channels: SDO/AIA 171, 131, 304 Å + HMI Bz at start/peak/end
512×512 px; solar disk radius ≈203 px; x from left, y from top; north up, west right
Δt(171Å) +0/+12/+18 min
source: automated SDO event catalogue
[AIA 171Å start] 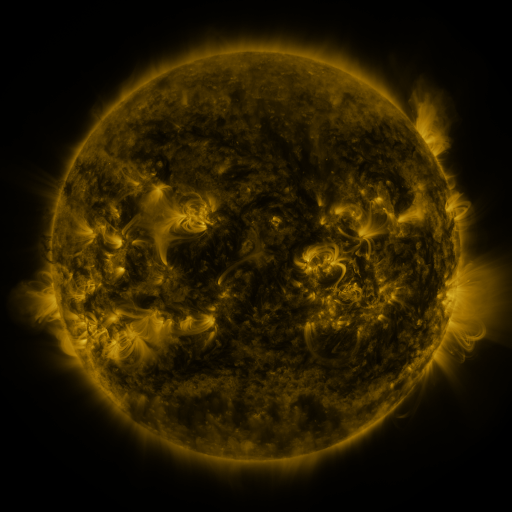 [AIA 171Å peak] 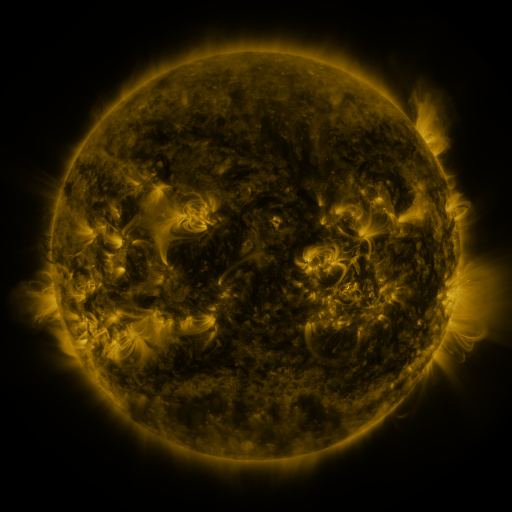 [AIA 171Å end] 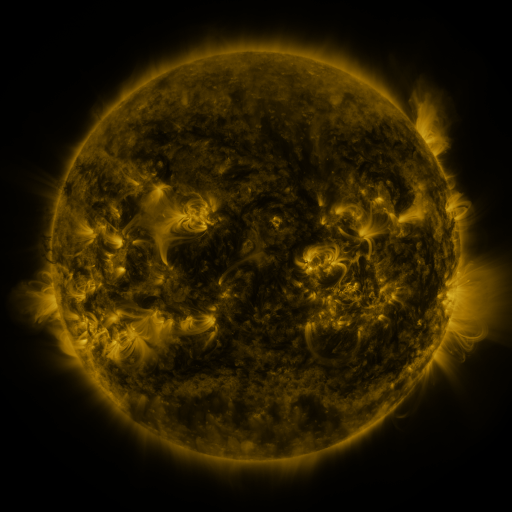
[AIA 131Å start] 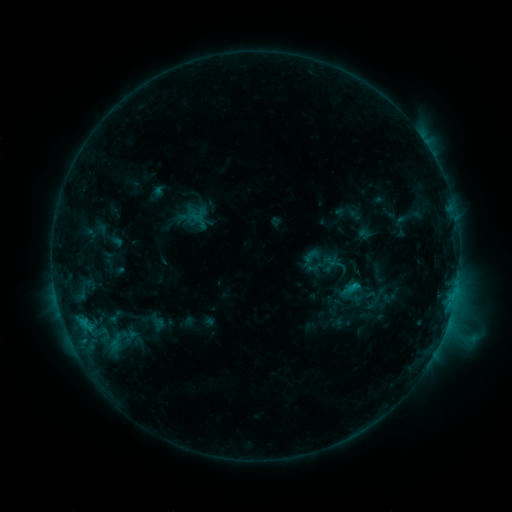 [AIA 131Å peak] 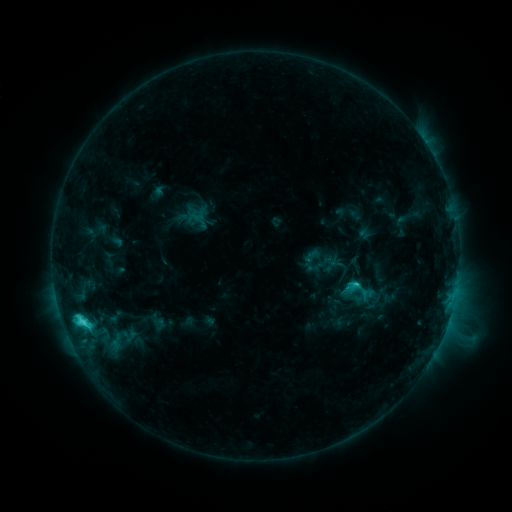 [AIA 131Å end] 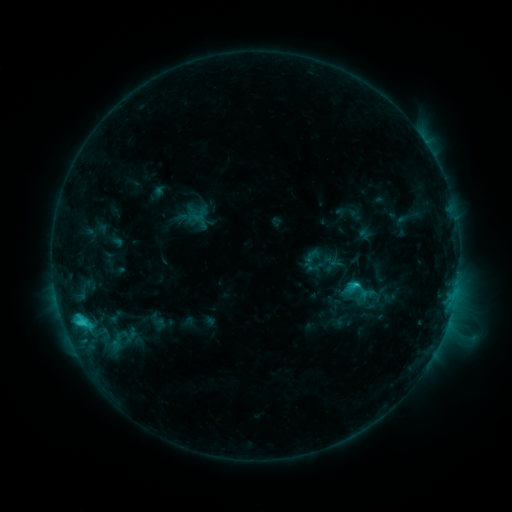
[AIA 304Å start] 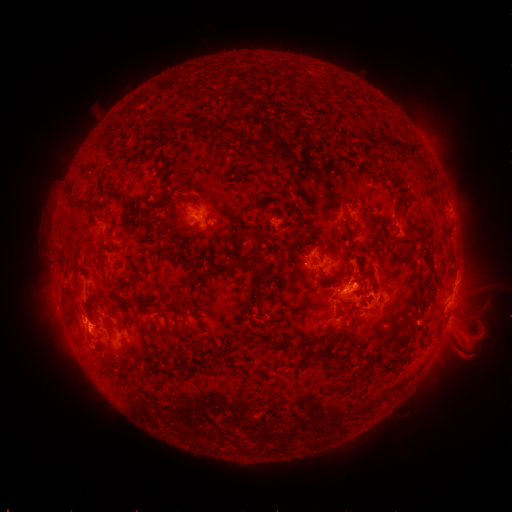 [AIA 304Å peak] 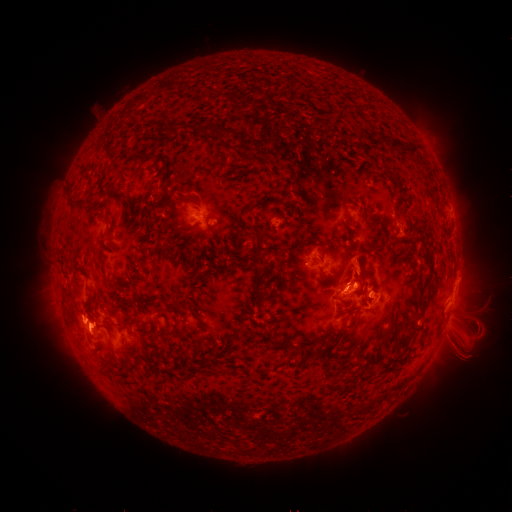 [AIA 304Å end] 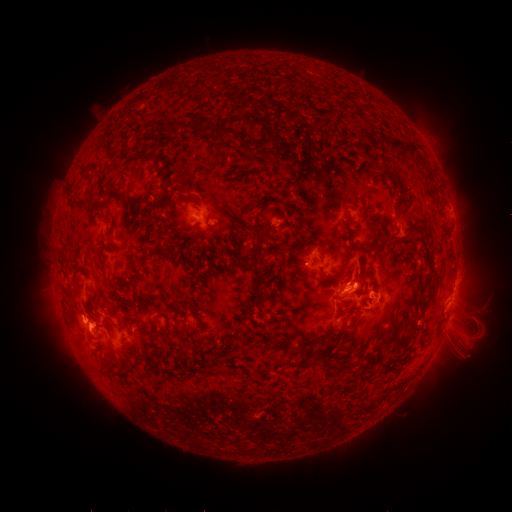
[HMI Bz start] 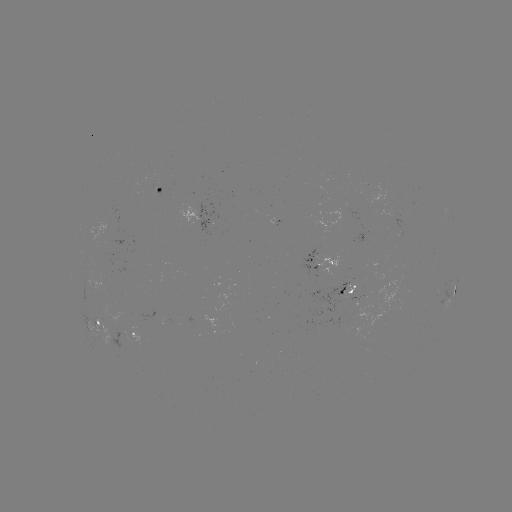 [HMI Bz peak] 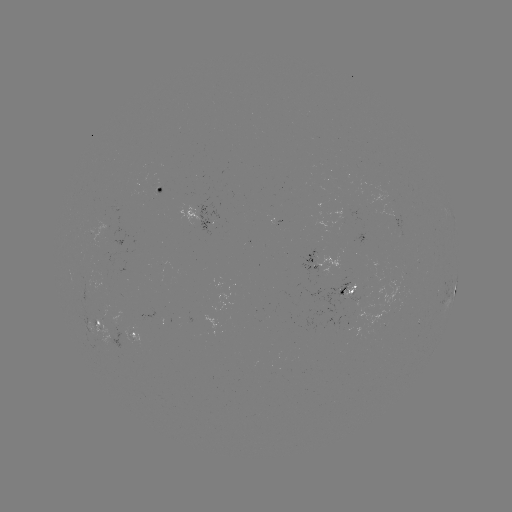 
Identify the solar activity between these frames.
C4.3 flare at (82, 319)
